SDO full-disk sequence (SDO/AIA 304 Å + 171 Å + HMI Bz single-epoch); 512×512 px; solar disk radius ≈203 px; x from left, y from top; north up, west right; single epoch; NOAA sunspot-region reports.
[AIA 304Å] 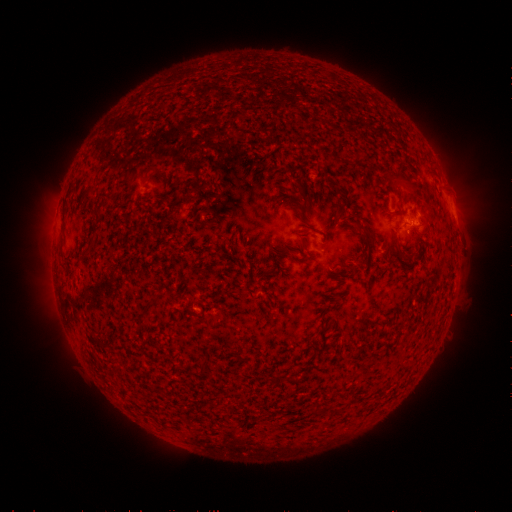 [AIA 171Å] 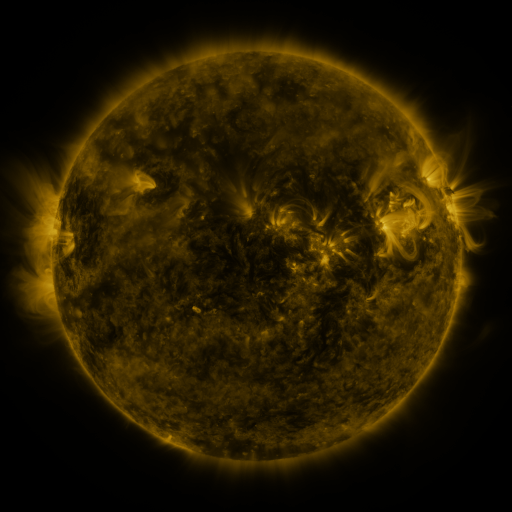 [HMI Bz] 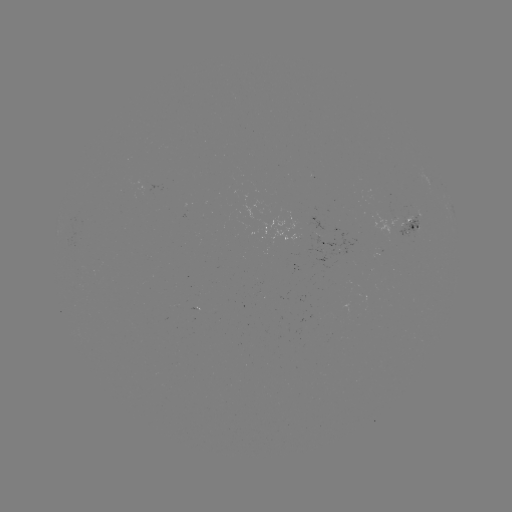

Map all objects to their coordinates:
spotted active region: (412, 225)
spotted active region: (325, 244)
